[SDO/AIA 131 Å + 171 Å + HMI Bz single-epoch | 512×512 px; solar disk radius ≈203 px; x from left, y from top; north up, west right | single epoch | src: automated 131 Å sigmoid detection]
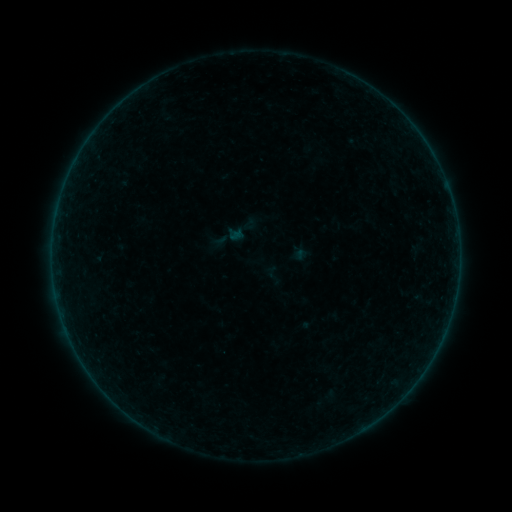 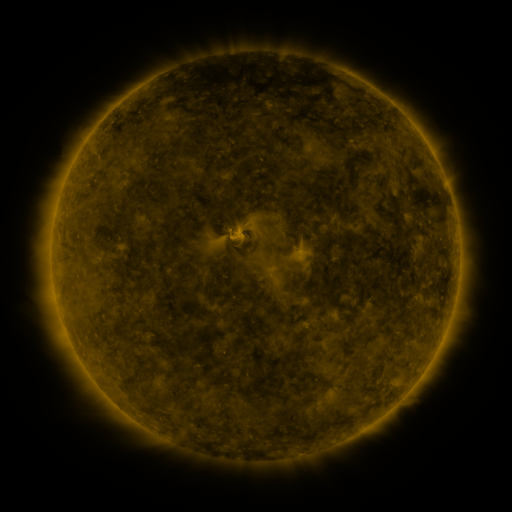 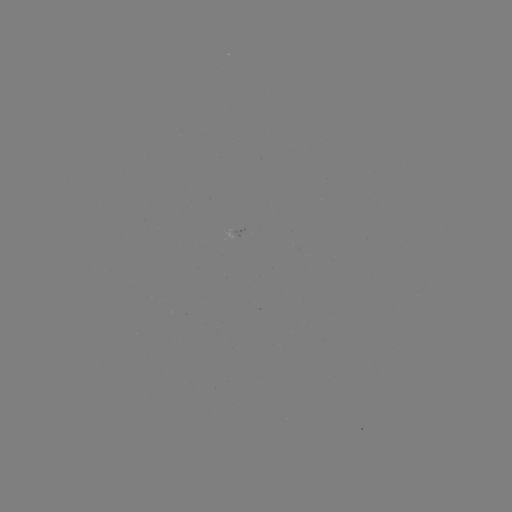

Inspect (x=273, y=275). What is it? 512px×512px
sigmoid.